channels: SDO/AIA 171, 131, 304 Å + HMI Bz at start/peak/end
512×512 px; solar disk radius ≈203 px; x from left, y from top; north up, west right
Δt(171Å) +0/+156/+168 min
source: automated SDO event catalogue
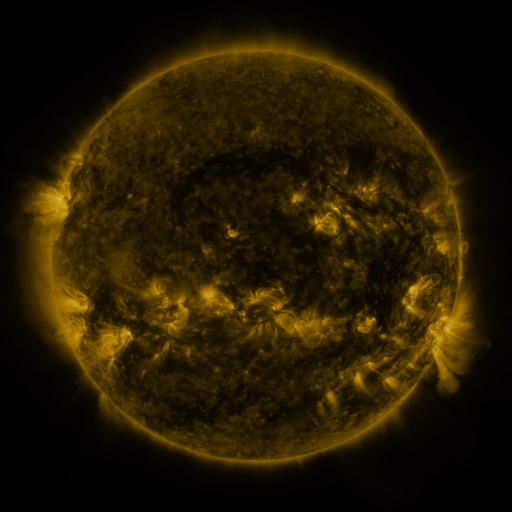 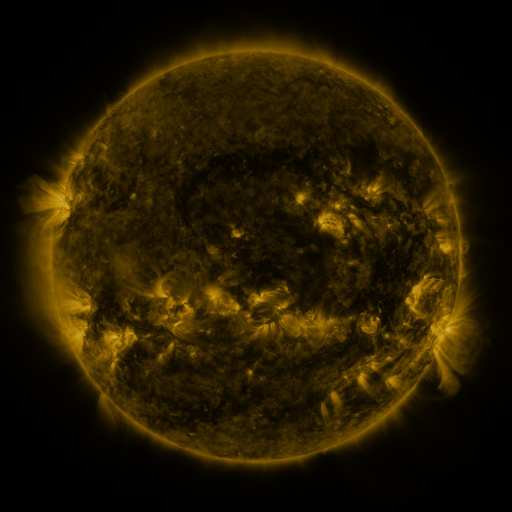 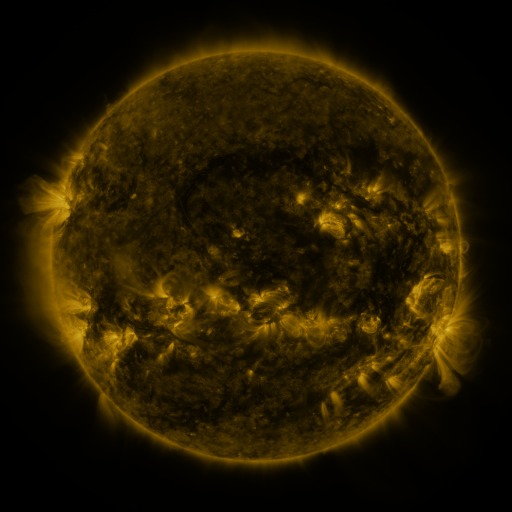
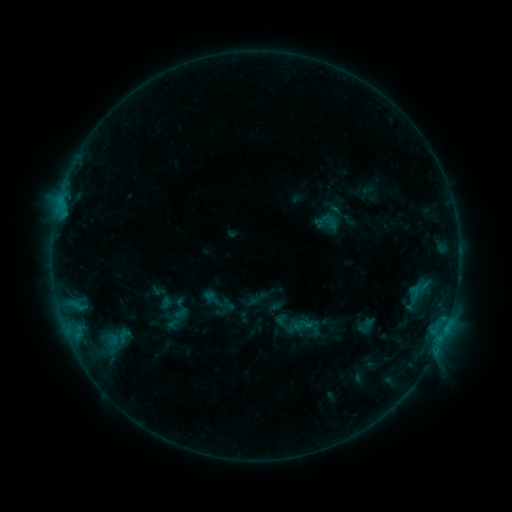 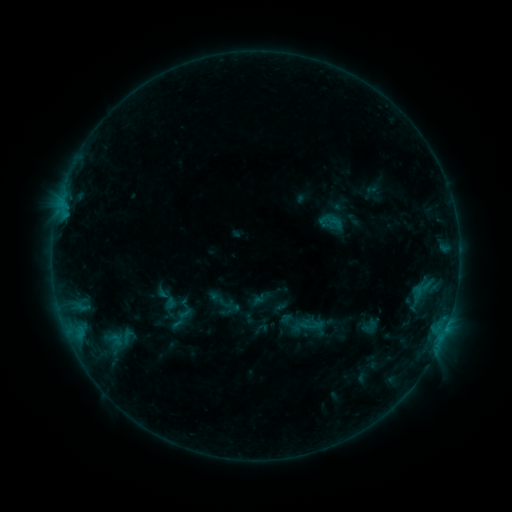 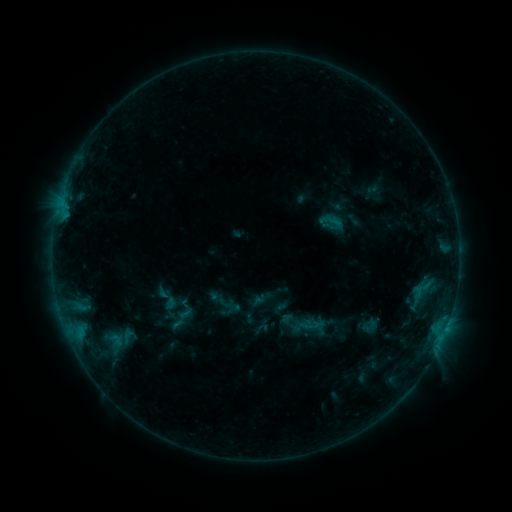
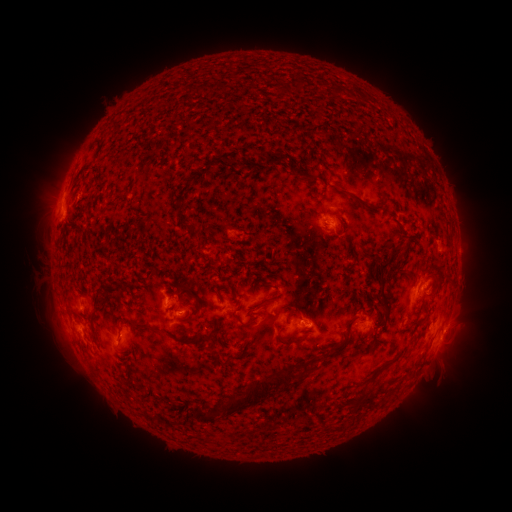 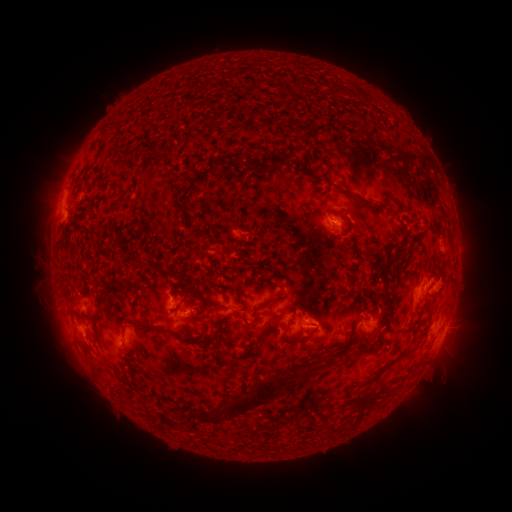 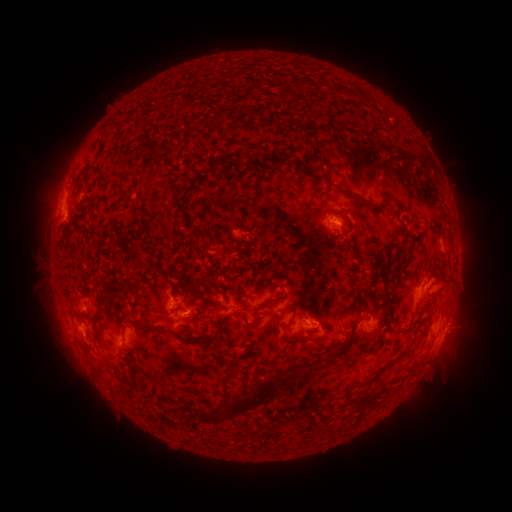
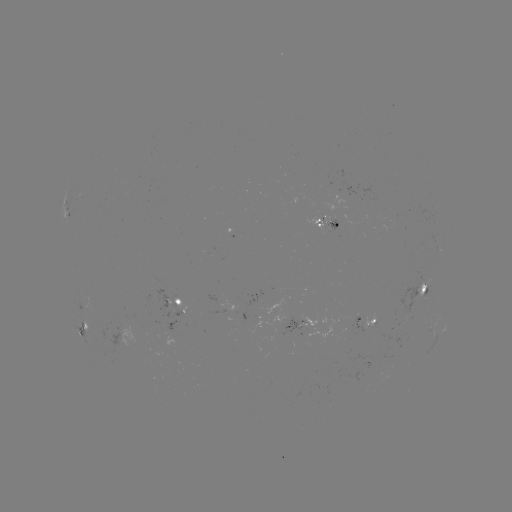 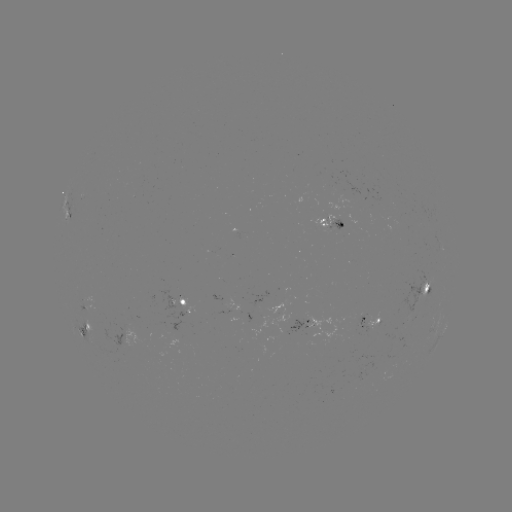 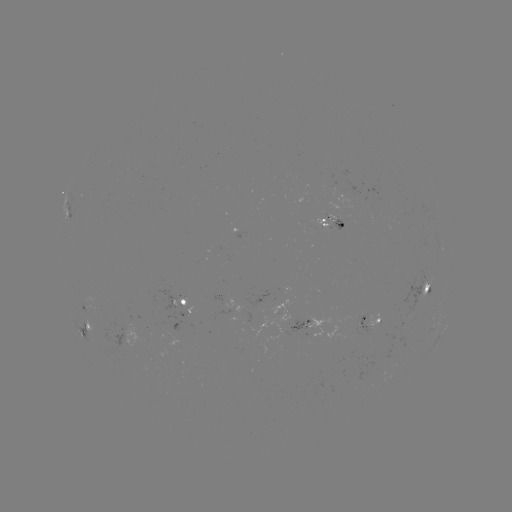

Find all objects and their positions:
emerging-flux region: (302, 320)
